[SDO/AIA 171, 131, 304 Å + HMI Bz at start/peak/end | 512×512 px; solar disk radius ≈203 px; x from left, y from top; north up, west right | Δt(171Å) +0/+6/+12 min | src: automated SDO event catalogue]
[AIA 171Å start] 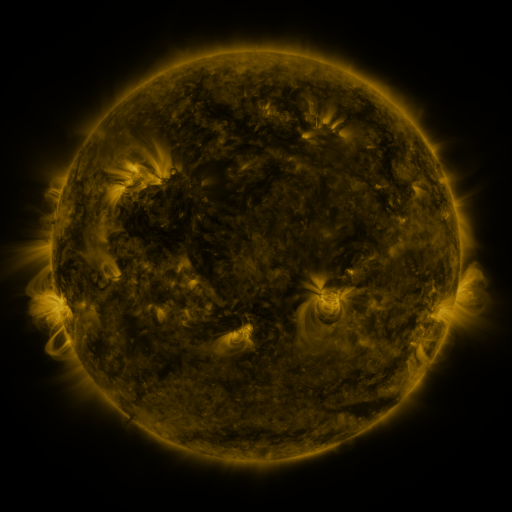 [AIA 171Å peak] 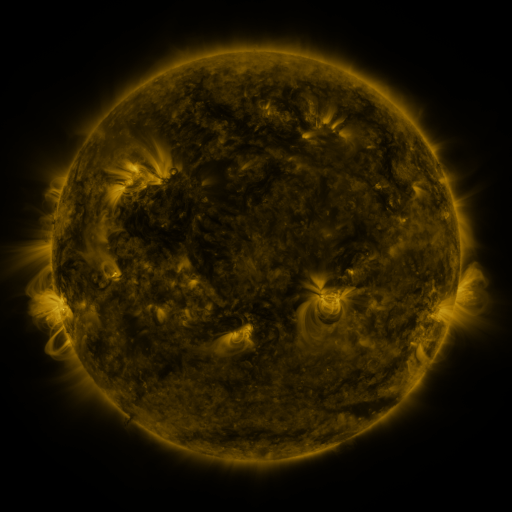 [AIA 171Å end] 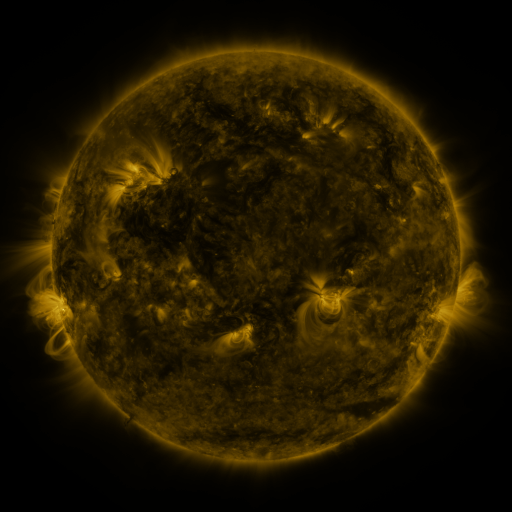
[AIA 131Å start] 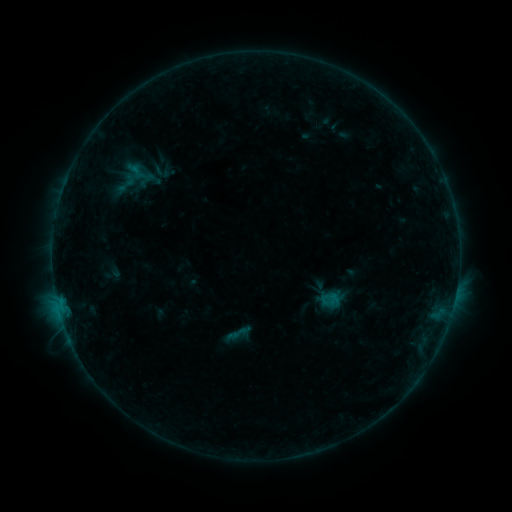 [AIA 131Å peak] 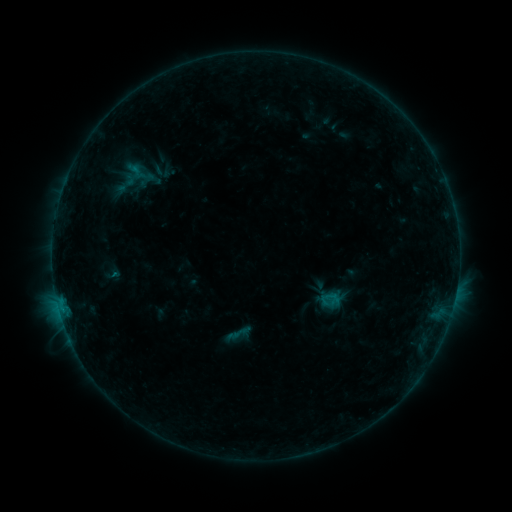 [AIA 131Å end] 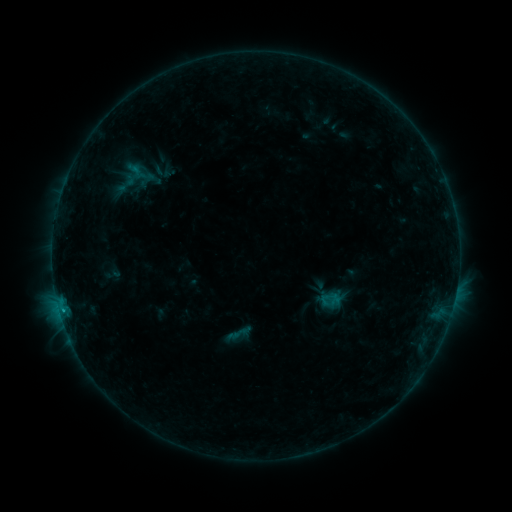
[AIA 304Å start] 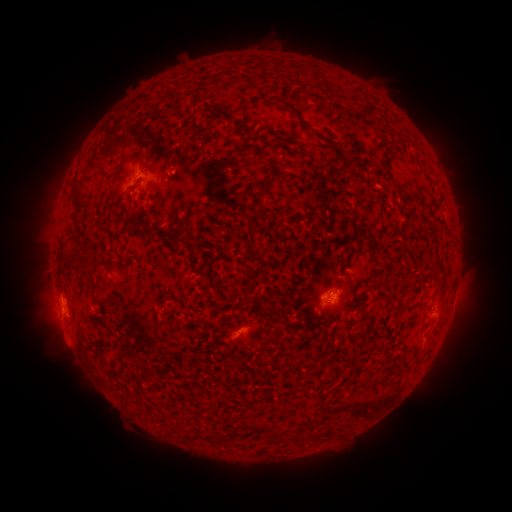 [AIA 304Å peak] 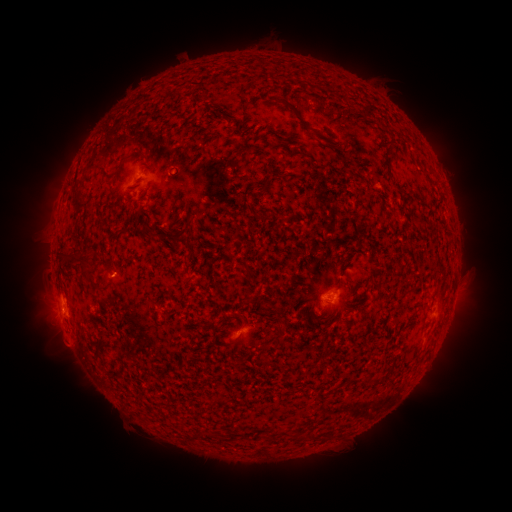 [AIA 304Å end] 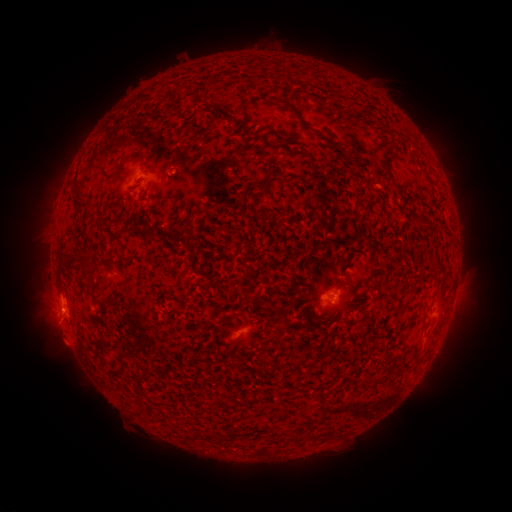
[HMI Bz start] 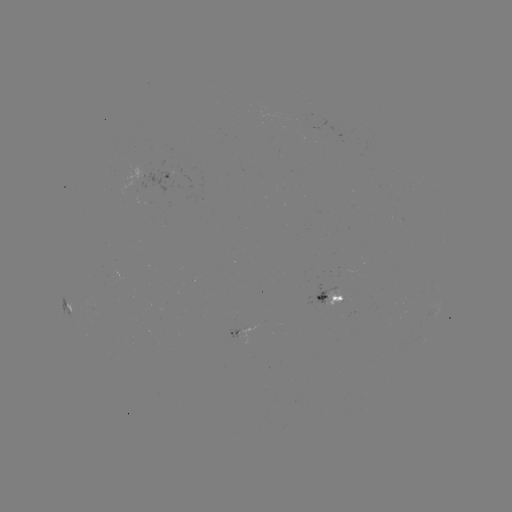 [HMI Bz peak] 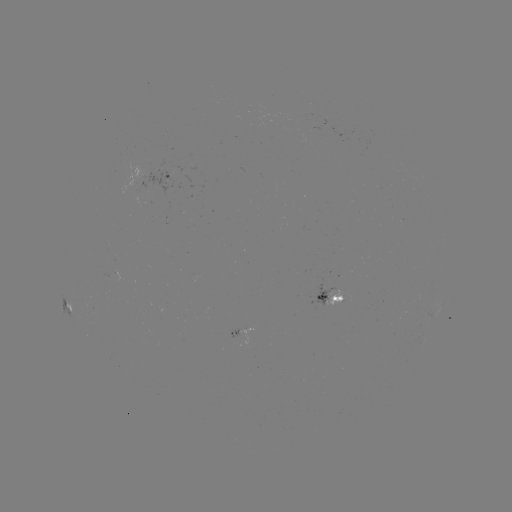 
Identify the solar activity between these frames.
B5.9 flare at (62, 307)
